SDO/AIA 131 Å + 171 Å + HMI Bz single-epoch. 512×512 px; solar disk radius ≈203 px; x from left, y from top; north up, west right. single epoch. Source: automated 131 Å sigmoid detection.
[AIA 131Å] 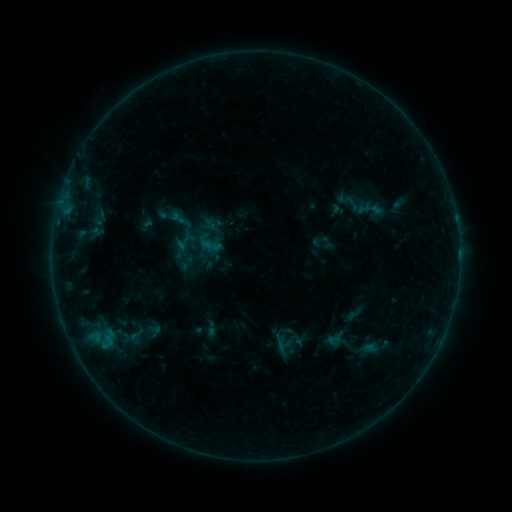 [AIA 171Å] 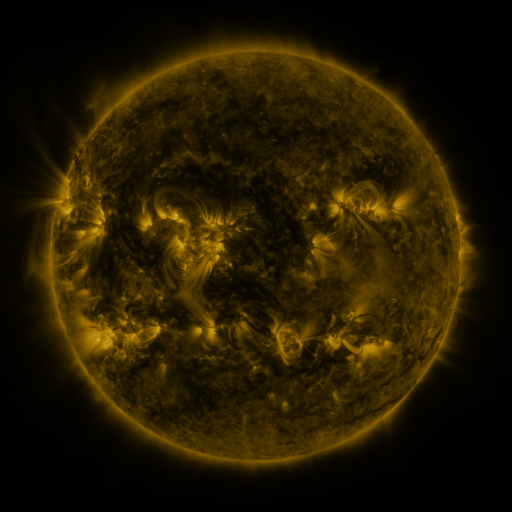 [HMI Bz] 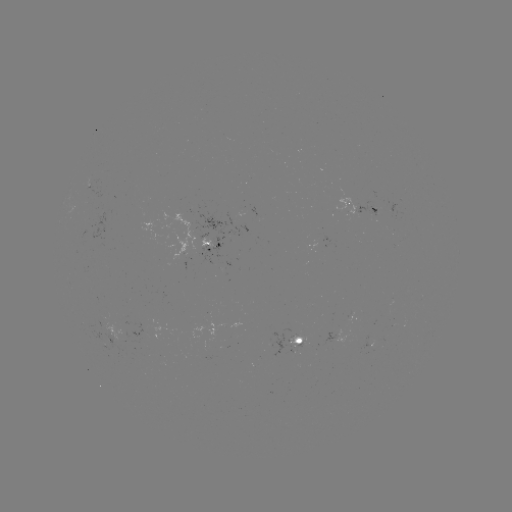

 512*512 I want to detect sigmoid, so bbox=[339, 194, 364, 213].